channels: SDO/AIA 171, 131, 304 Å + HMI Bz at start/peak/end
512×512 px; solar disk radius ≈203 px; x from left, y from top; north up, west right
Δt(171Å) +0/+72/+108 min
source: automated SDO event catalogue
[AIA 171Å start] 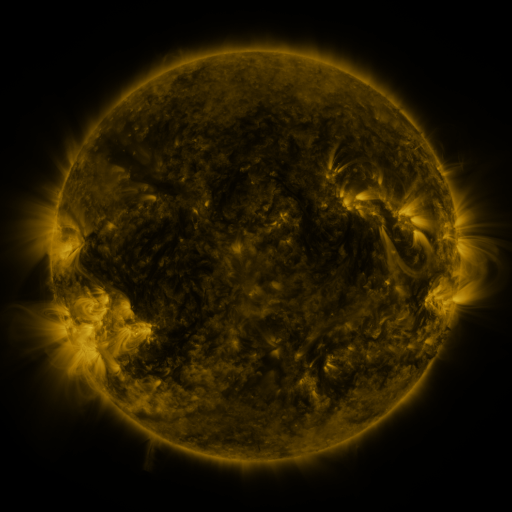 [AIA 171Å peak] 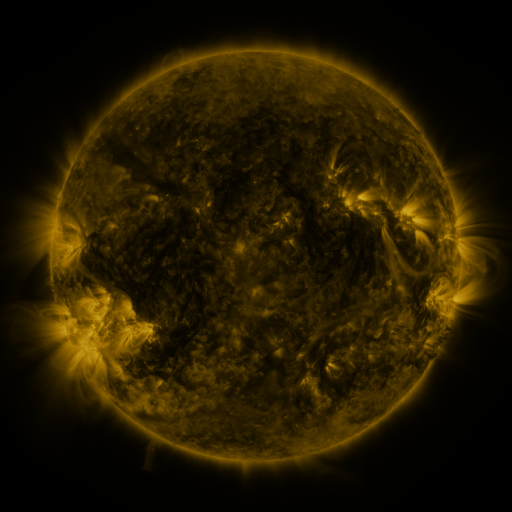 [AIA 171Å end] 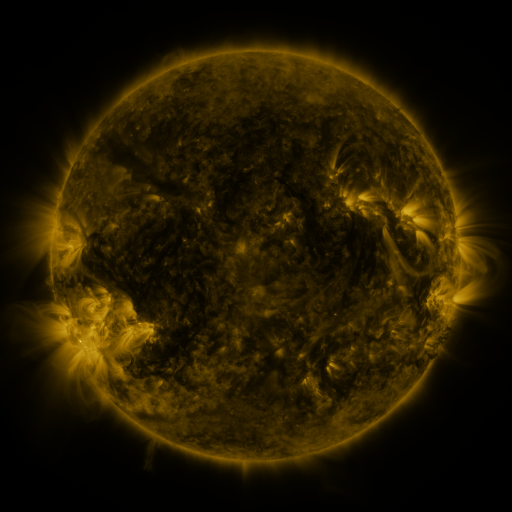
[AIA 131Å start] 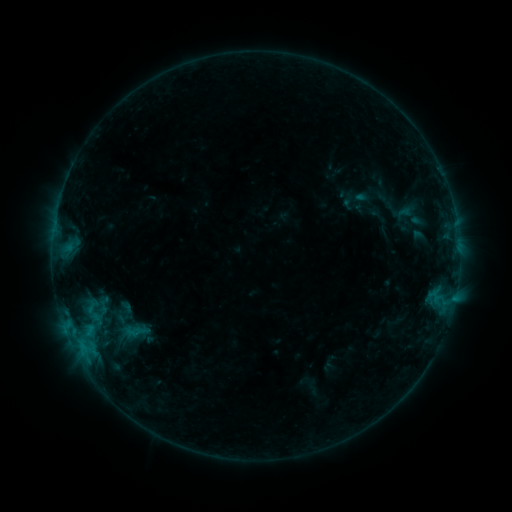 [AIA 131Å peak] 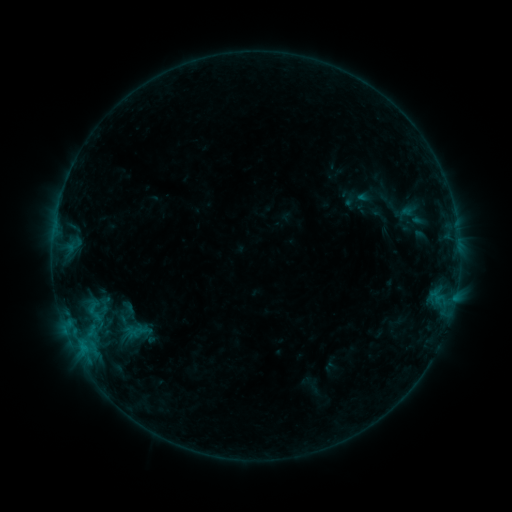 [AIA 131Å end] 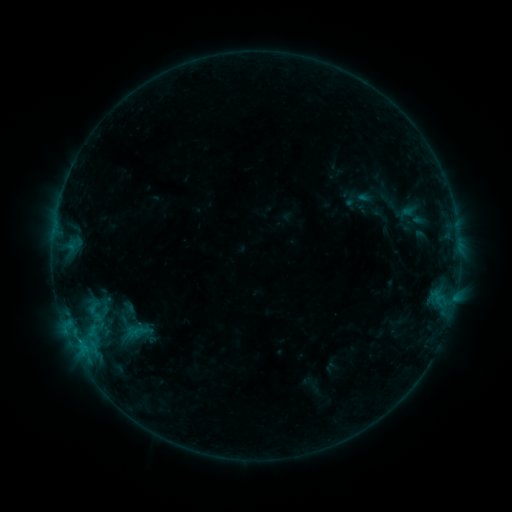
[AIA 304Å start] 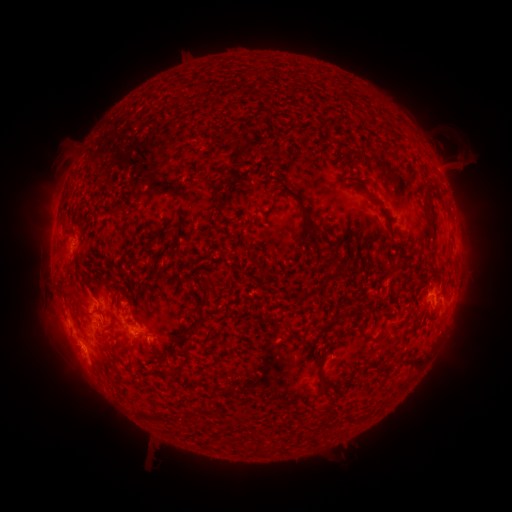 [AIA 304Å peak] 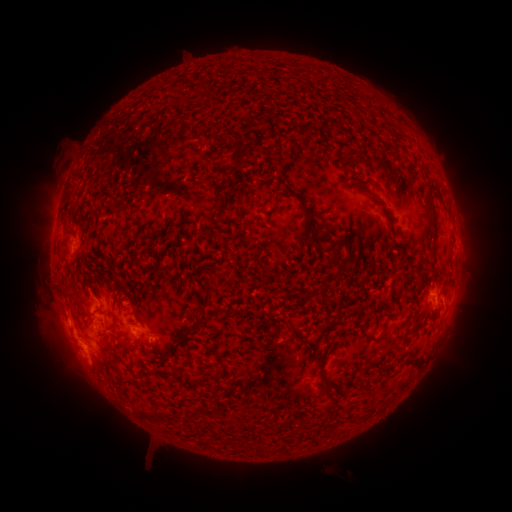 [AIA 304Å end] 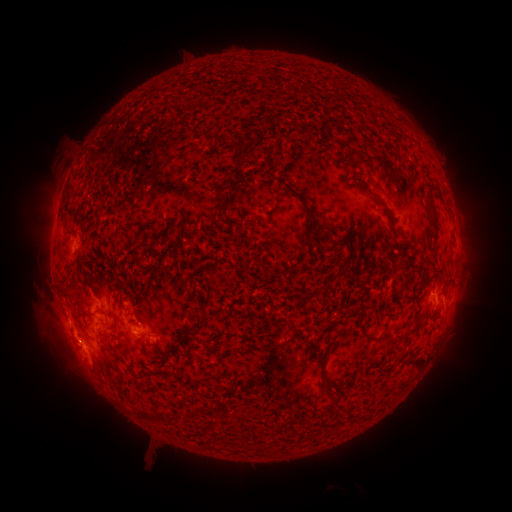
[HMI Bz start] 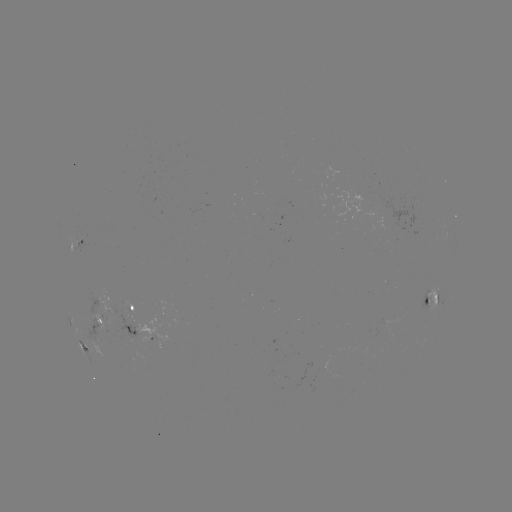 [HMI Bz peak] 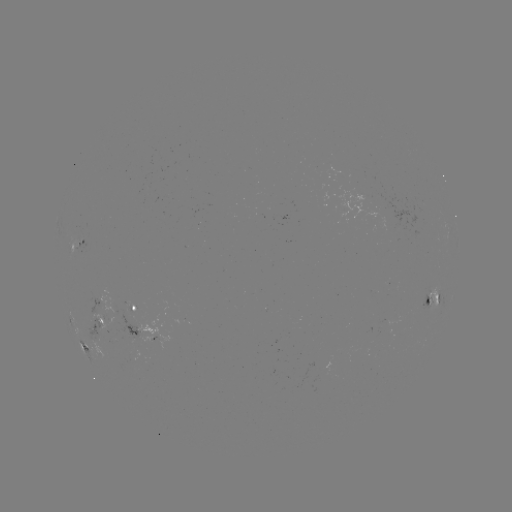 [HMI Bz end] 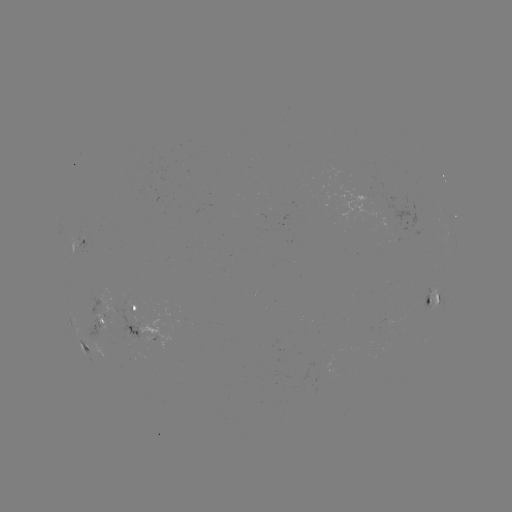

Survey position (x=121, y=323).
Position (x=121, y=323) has emerging-flux region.